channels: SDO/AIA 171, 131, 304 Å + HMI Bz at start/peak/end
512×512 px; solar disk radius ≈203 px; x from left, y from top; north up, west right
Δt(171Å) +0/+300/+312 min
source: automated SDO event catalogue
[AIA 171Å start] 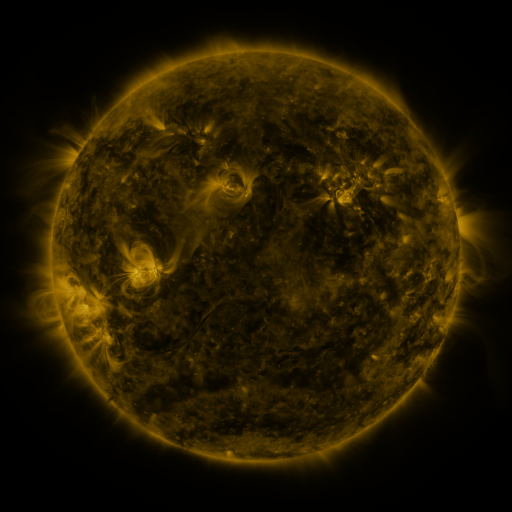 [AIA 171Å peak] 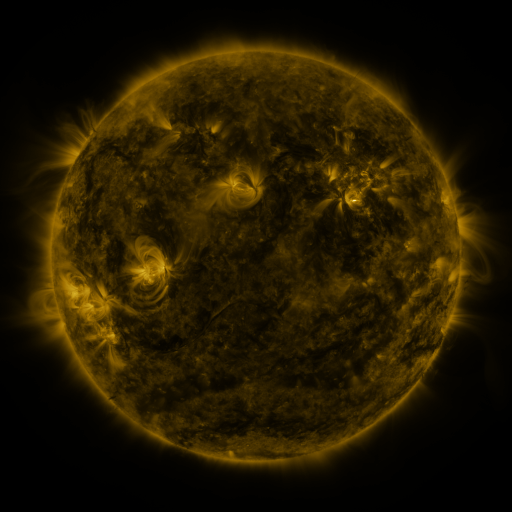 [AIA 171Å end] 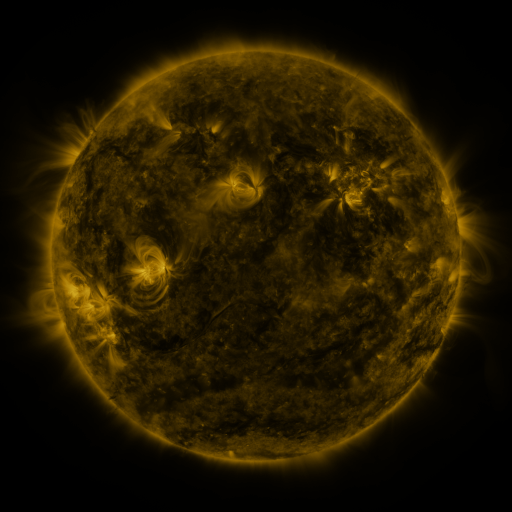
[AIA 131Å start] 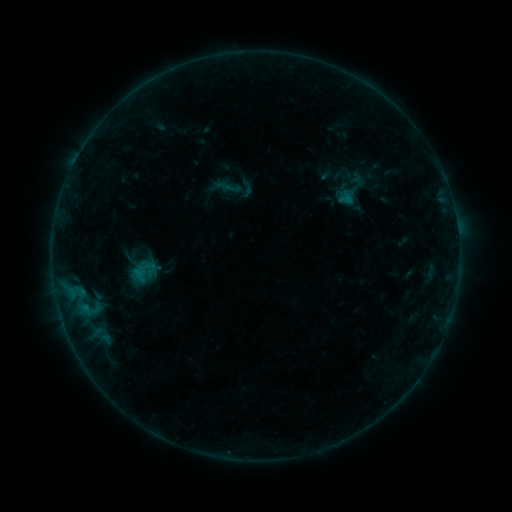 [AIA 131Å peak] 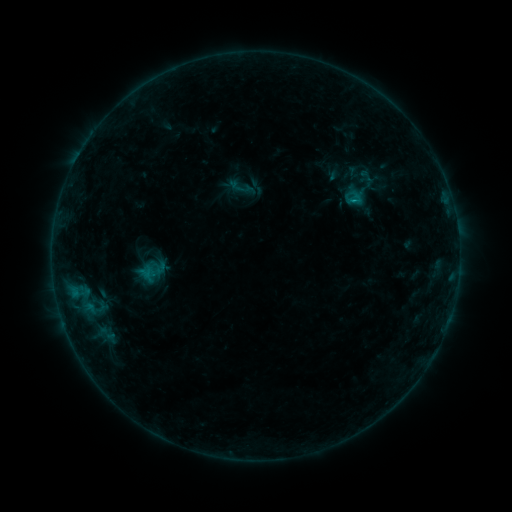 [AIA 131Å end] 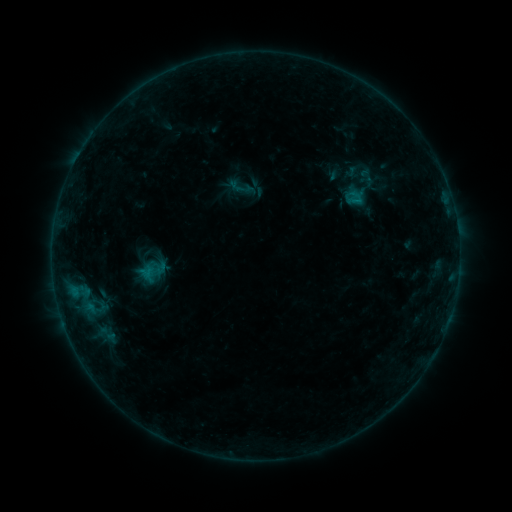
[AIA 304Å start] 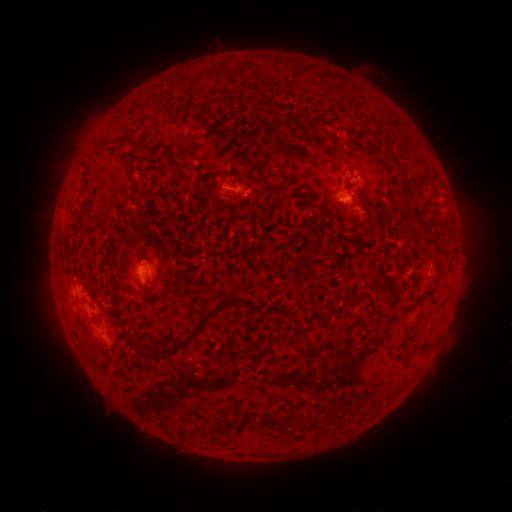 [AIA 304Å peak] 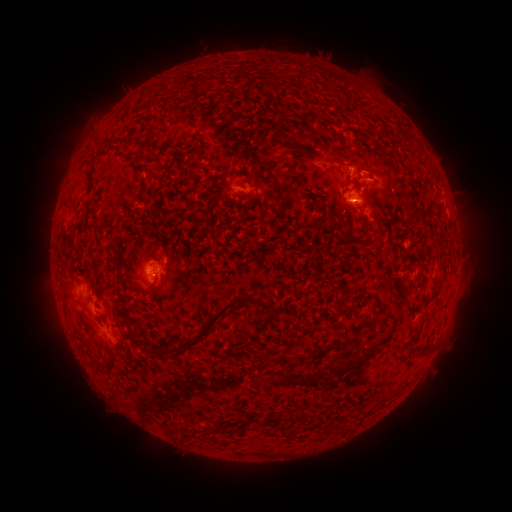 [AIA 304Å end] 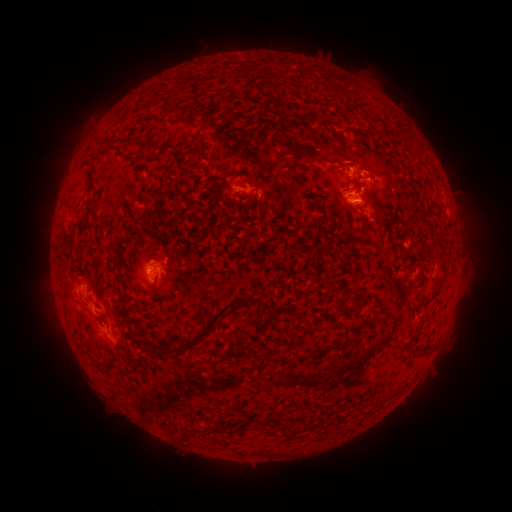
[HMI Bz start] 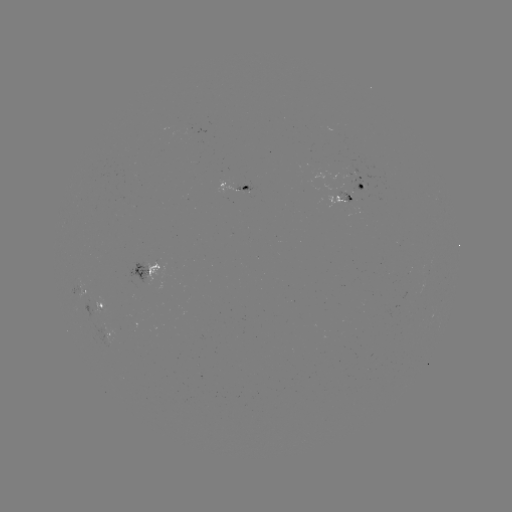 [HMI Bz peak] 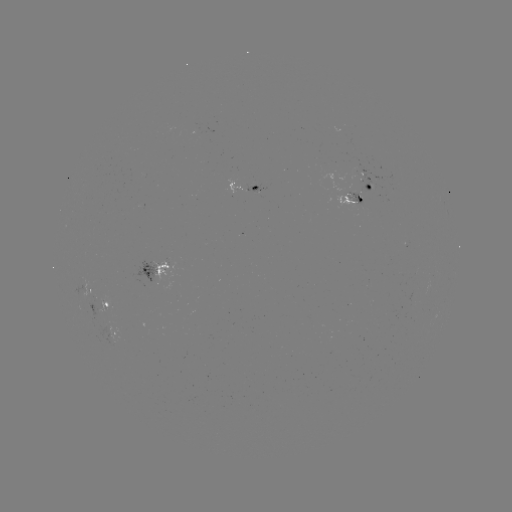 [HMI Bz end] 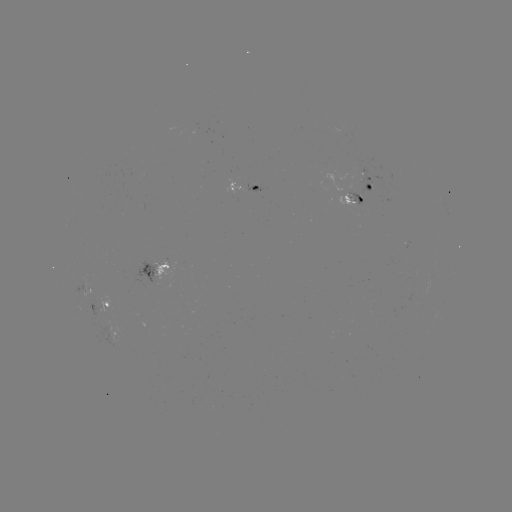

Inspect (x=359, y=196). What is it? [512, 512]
emerging-flux region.